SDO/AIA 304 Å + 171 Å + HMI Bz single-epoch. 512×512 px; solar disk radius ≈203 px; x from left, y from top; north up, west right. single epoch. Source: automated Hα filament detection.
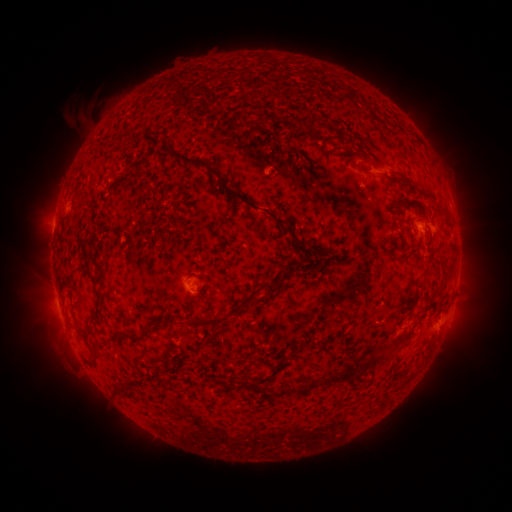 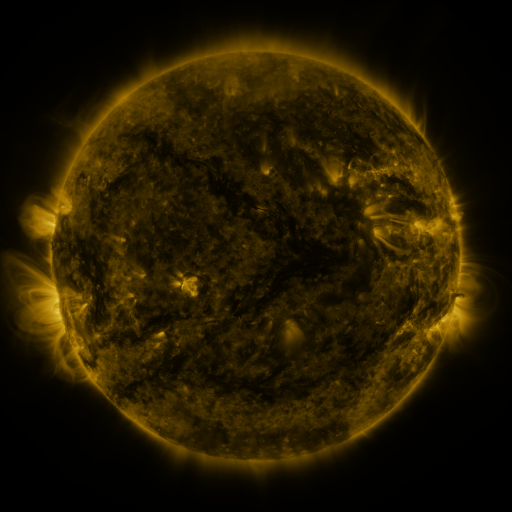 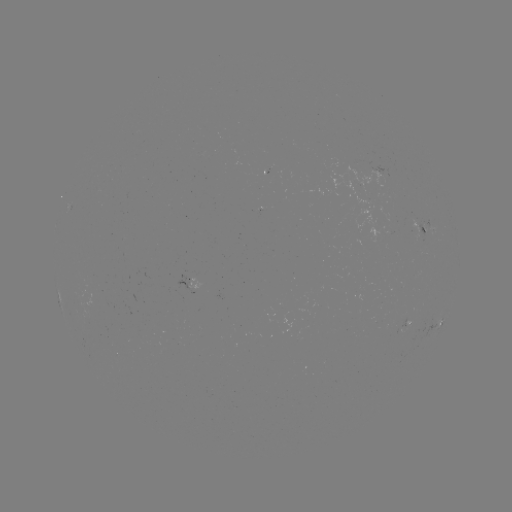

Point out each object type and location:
filament: (340, 99)
filament: (366, 107)
filament: (284, 118)
filament: (311, 130)
filament: (308, 171)
filament: (411, 184)
filament: (252, 206)
filament: (439, 213)
filament: (65, 241)
filament: (321, 254)
filament: (286, 273)
filament: (206, 280)
filament: (234, 313)
filament: (160, 328)
filament: (118, 337)
filament: (95, 355)
filament: (346, 373)
filament: (130, 383)
filament: (244, 384)
